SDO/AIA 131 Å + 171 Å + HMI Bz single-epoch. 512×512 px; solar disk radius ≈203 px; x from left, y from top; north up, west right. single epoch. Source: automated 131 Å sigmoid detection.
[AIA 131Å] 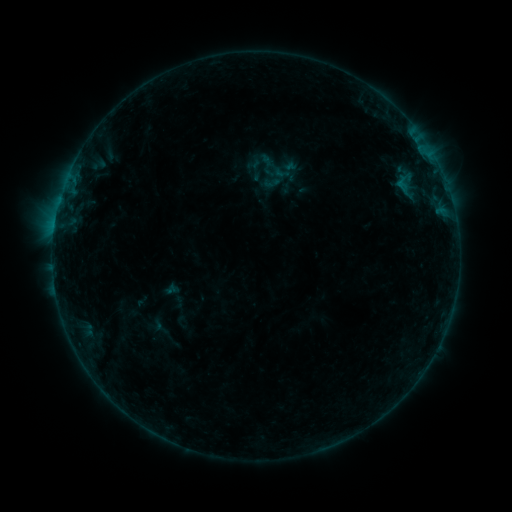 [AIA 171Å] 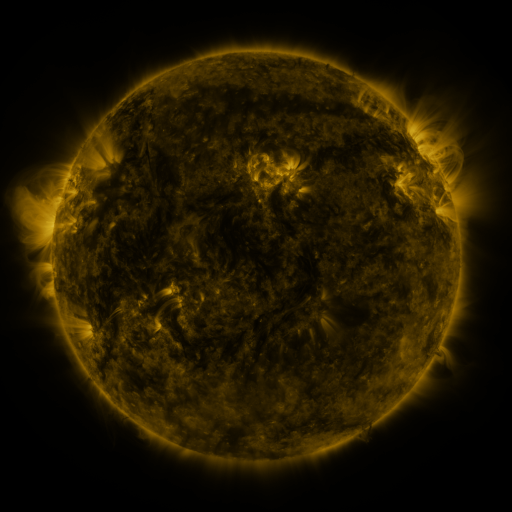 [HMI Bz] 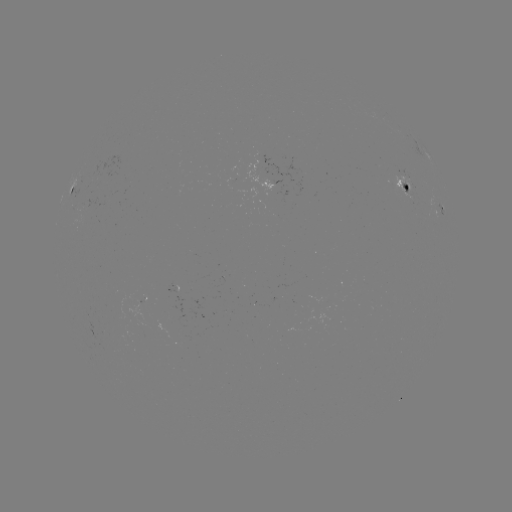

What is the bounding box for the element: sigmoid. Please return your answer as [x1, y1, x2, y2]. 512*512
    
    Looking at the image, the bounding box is [262, 173, 281, 192].